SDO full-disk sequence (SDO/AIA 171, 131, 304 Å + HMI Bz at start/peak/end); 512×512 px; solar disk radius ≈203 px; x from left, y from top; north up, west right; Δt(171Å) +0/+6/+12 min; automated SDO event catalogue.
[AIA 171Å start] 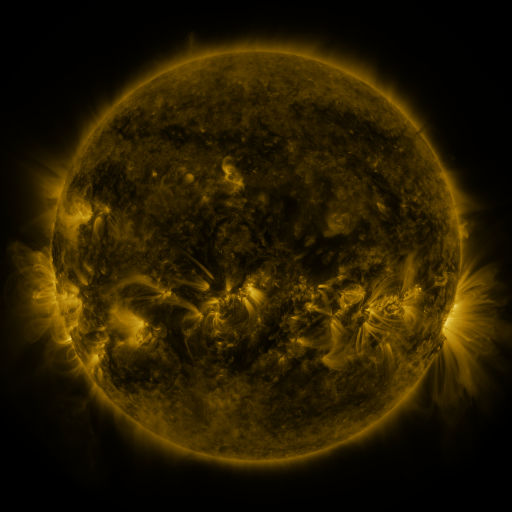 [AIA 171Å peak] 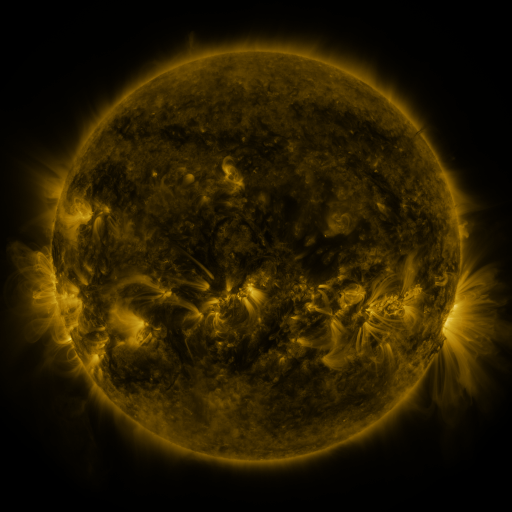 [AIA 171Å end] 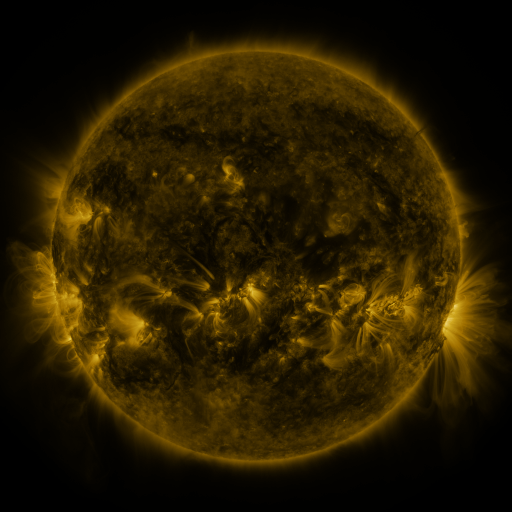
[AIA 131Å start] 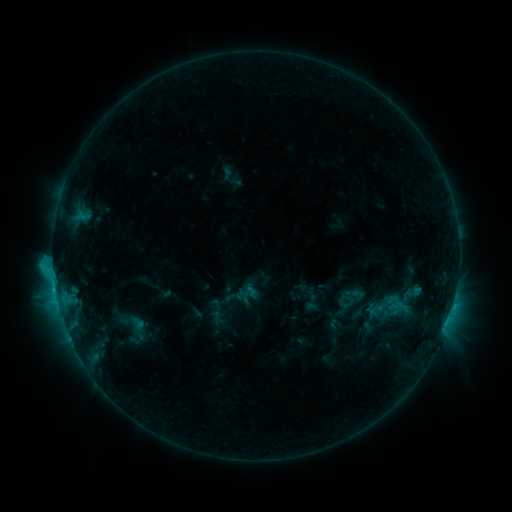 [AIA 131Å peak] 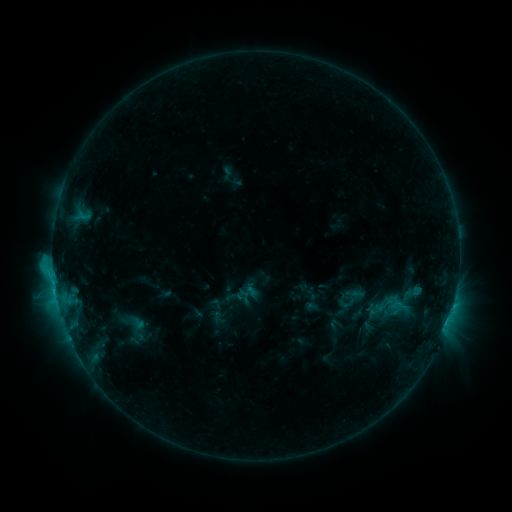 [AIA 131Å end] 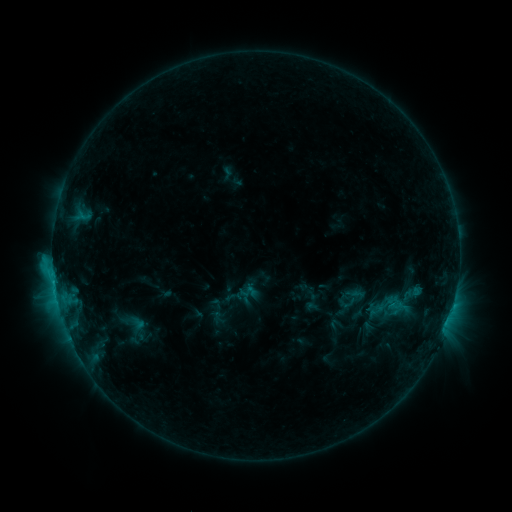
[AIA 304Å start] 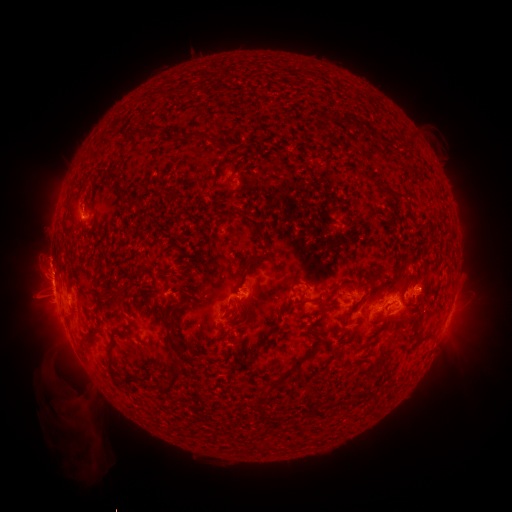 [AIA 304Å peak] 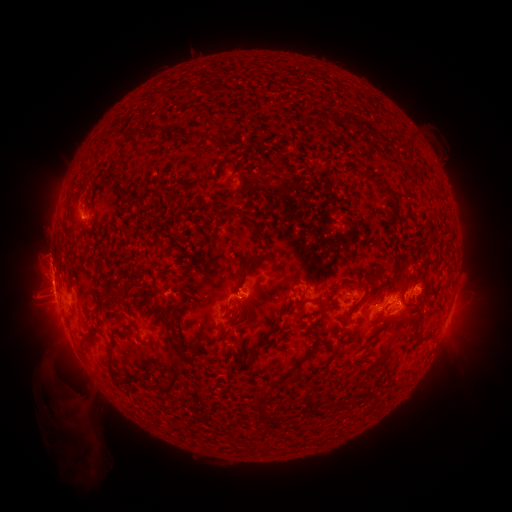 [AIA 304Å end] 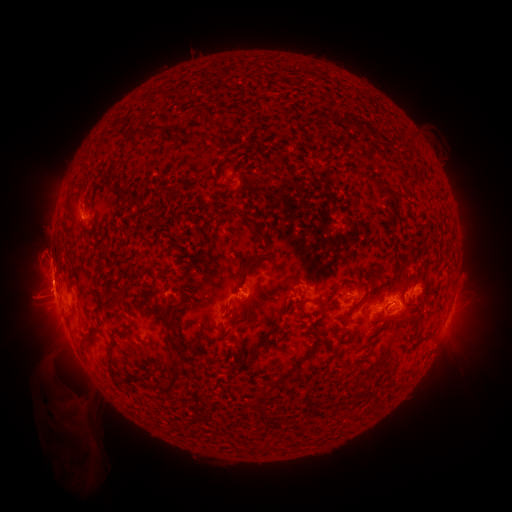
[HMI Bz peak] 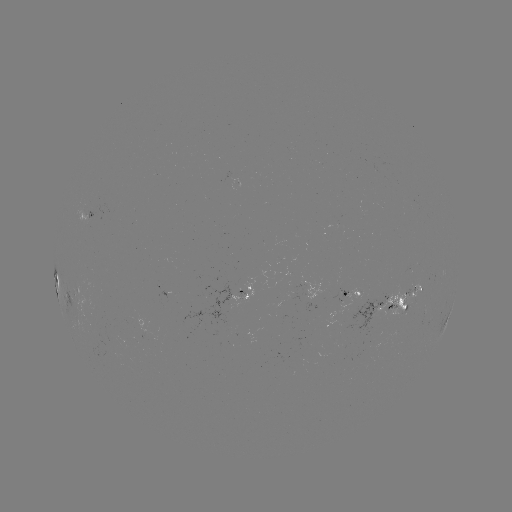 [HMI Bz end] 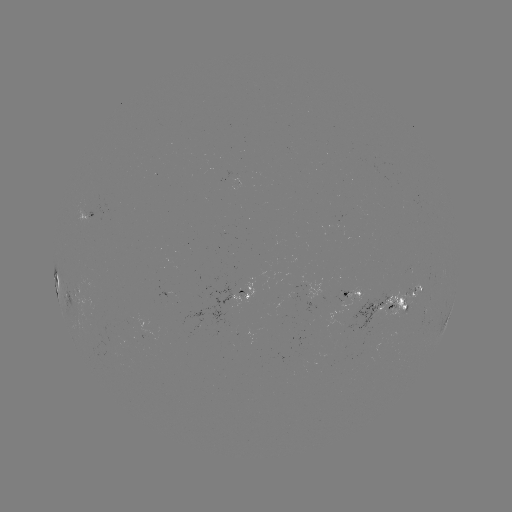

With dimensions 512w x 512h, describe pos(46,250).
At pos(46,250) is eruption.